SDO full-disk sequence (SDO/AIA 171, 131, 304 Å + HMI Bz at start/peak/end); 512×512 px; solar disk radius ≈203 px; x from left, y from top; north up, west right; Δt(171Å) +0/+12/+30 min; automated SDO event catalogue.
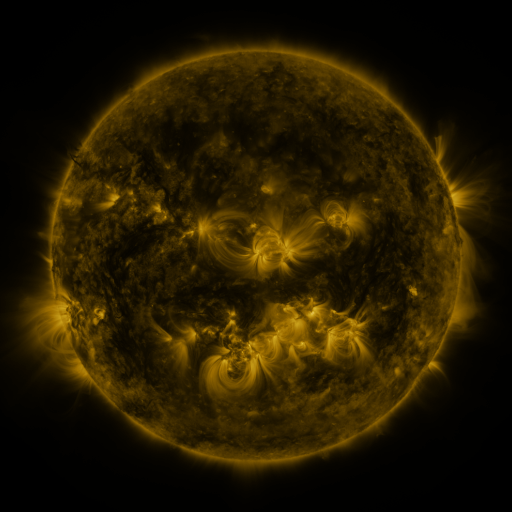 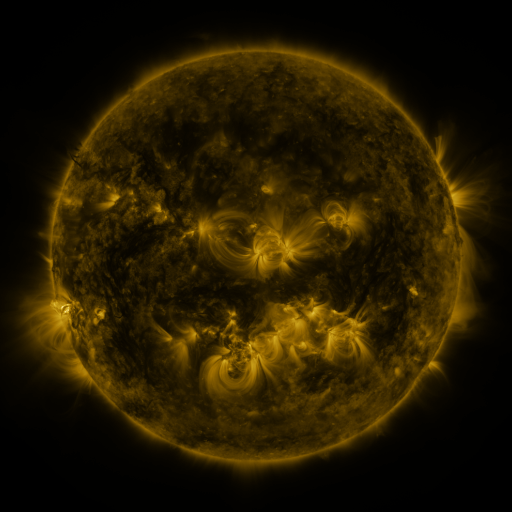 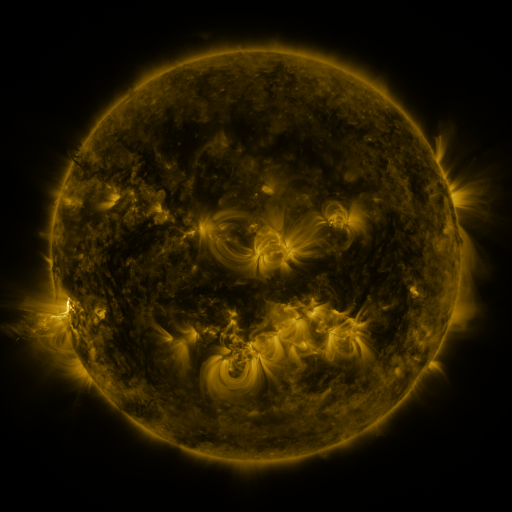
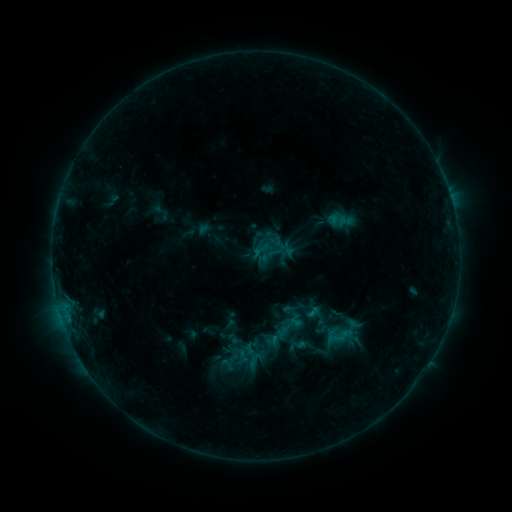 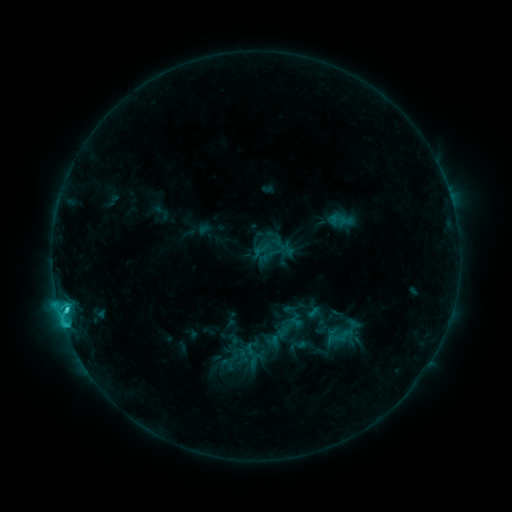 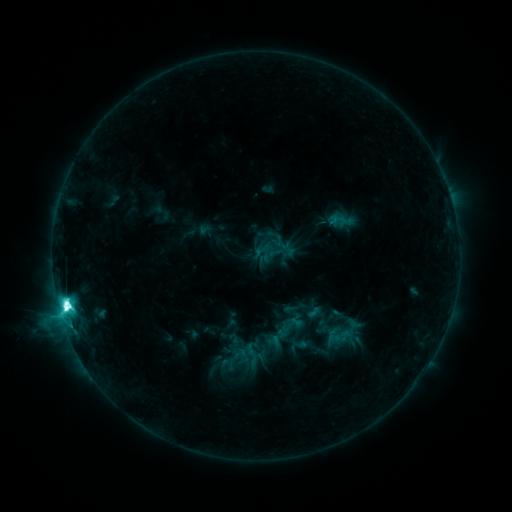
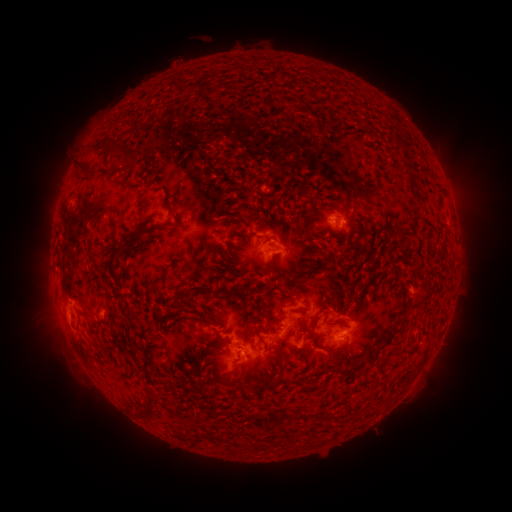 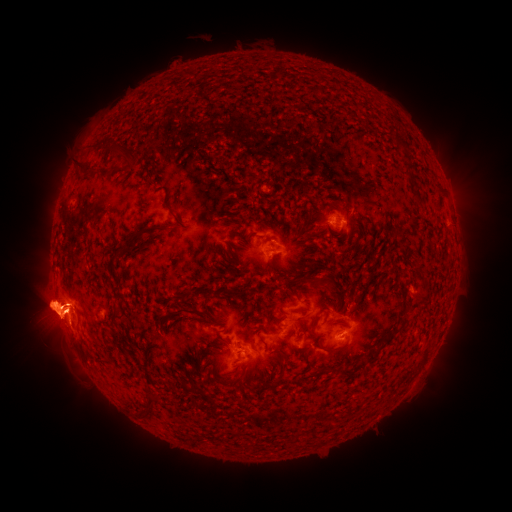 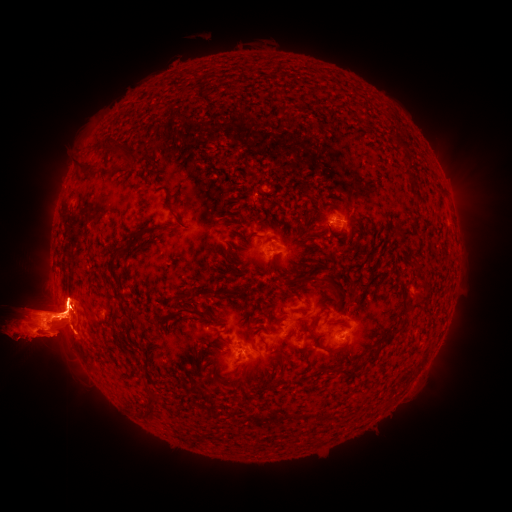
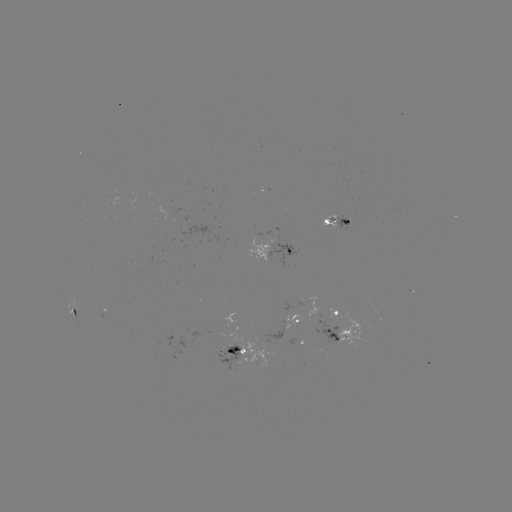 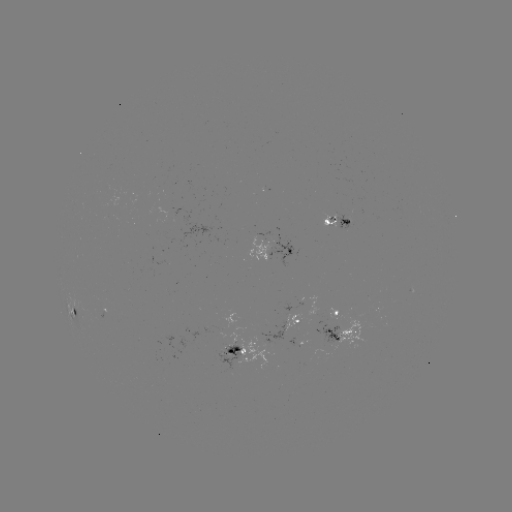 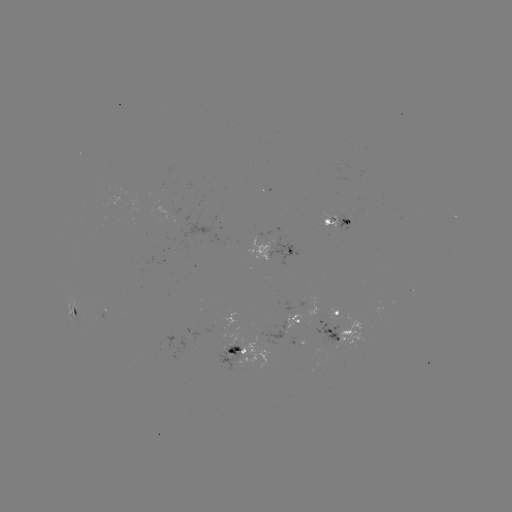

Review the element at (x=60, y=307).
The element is eruption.